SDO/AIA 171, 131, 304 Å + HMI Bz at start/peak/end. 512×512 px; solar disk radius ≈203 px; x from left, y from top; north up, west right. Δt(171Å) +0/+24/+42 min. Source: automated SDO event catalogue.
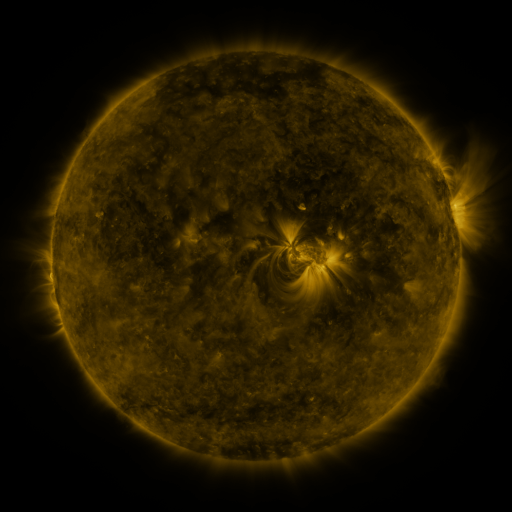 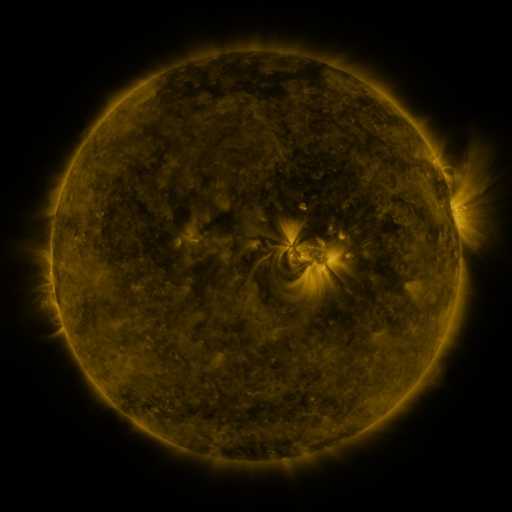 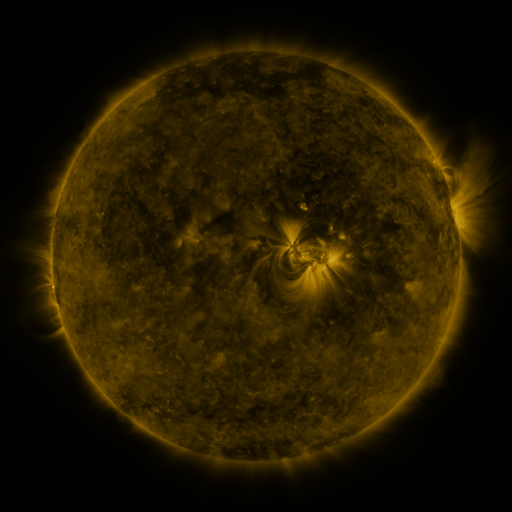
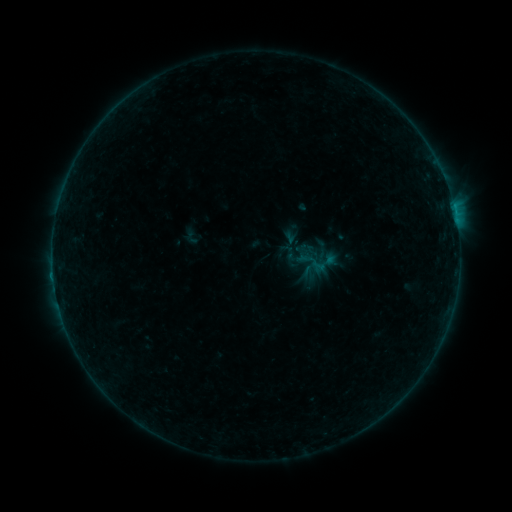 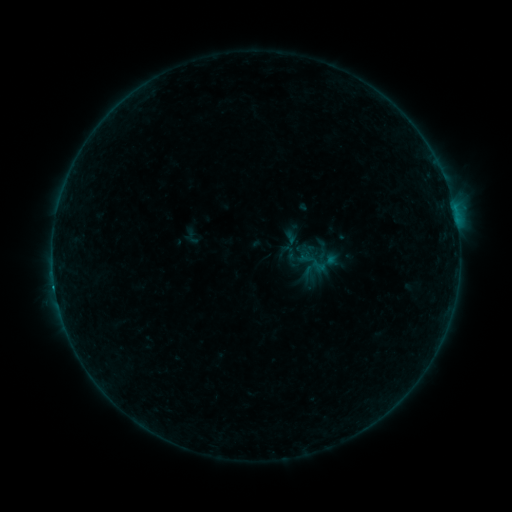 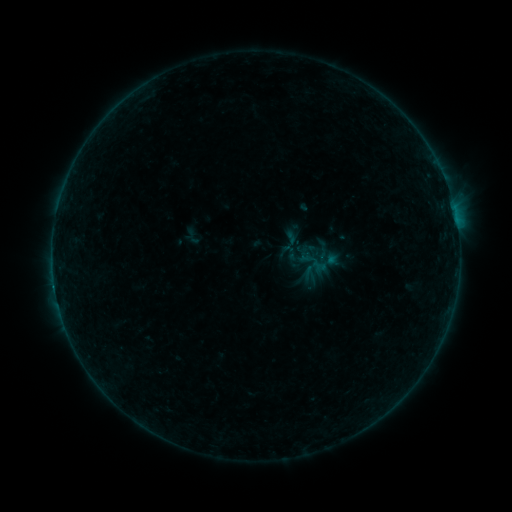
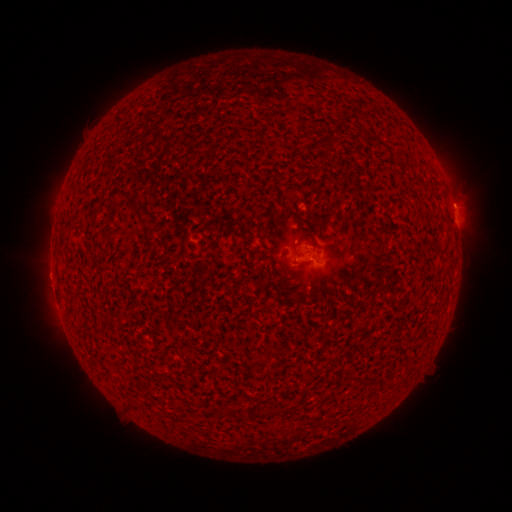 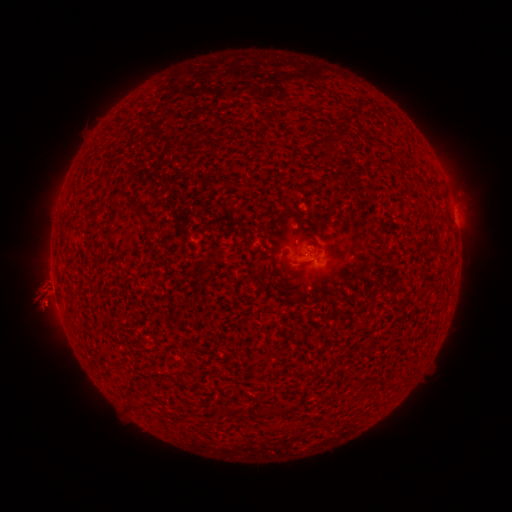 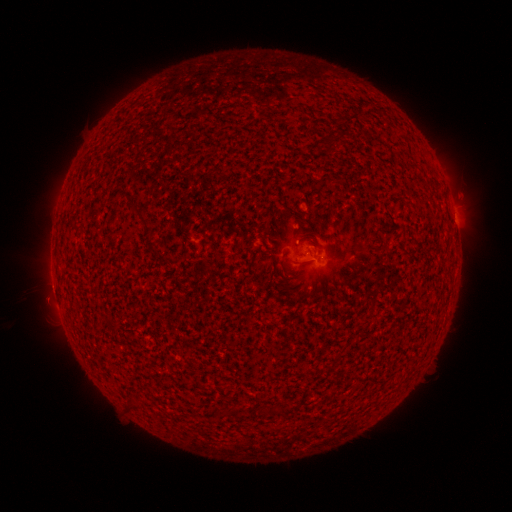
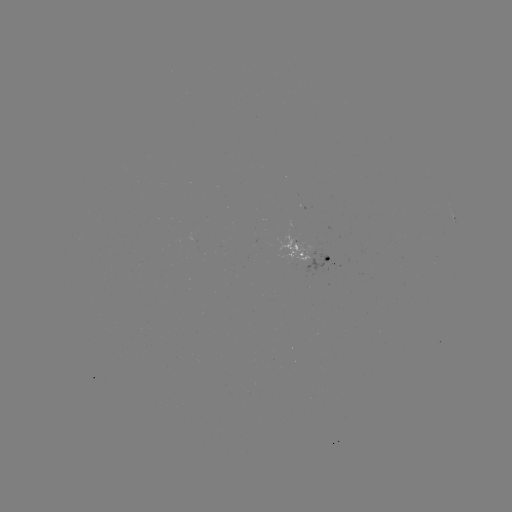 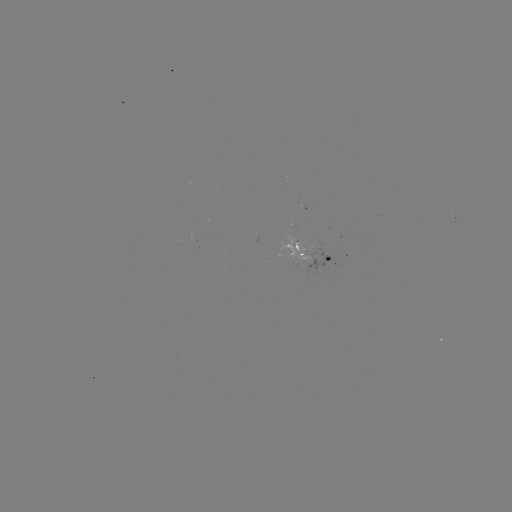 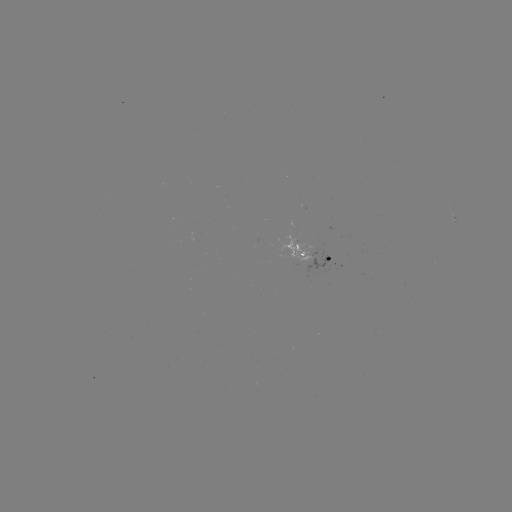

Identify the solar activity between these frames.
B3.5 flare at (54, 284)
